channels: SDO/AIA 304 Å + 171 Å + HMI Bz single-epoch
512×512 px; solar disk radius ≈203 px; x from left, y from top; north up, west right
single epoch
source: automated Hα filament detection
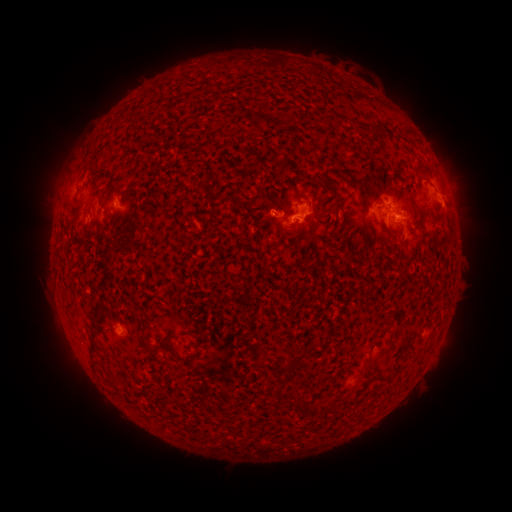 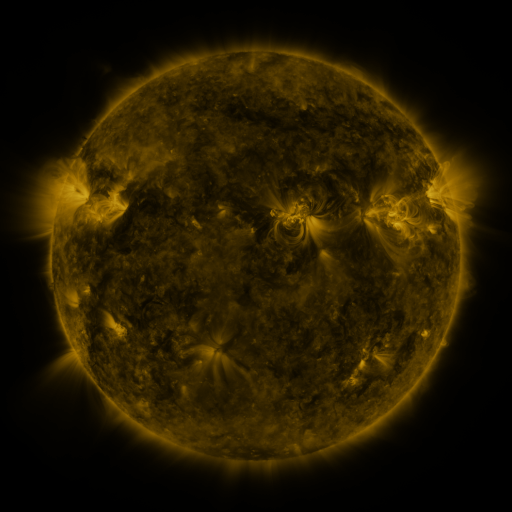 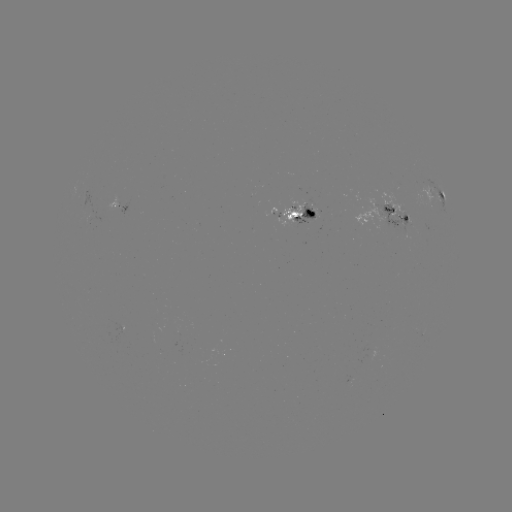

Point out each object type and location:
filament: (324, 120)
filament: (421, 166)
filament: (107, 172)
filament: (132, 190)
filament: (209, 192)
filament: (296, 194)
filament: (87, 213)
filament: (186, 219)
filament: (312, 223)
filament: (291, 228)
filament: (132, 236)
filament: (334, 238)
filament: (381, 335)
filament: (166, 340)
filament: (314, 345)
filament: (92, 358)
filament: (290, 366)
filament: (397, 368)
filament: (365, 369)
filament: (379, 377)
filament: (282, 385)
filament: (299, 407)
filament: (334, 409)
